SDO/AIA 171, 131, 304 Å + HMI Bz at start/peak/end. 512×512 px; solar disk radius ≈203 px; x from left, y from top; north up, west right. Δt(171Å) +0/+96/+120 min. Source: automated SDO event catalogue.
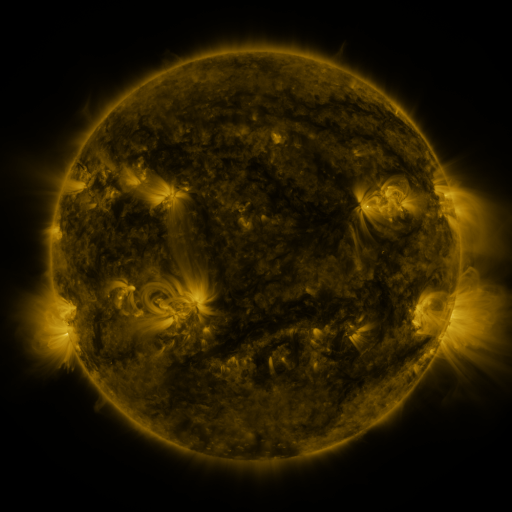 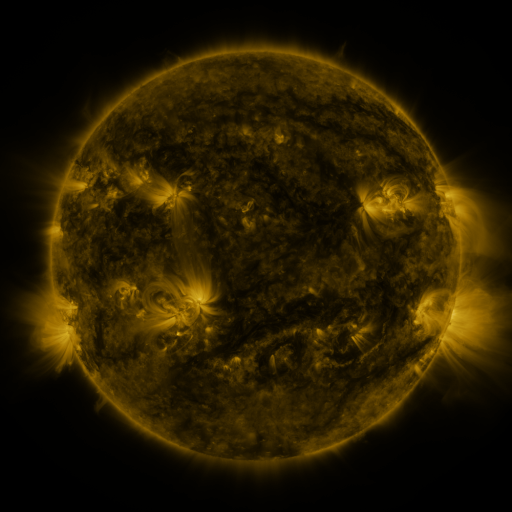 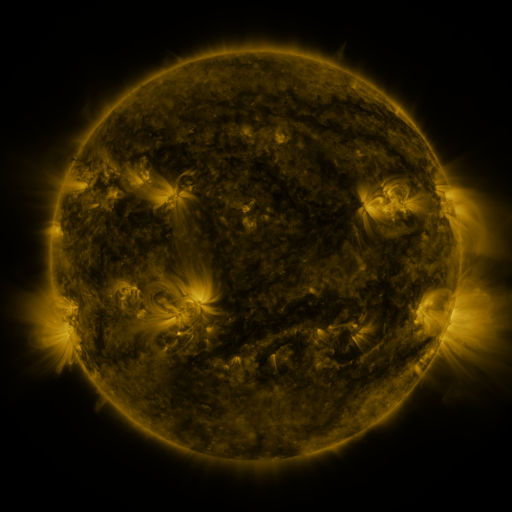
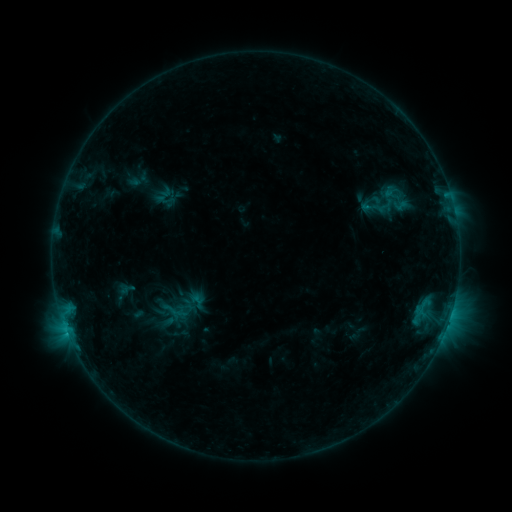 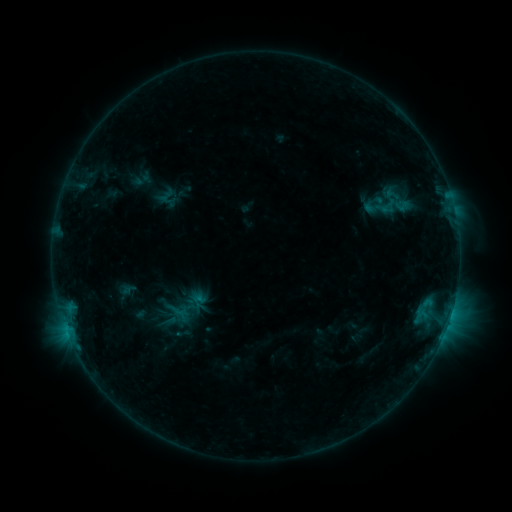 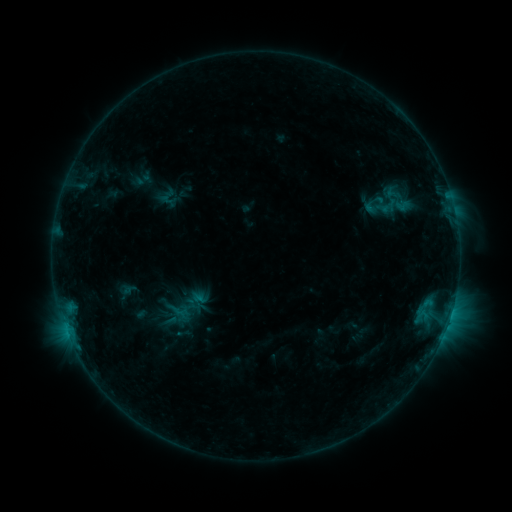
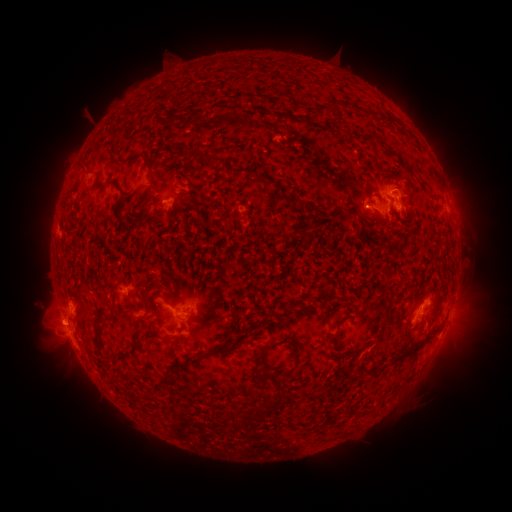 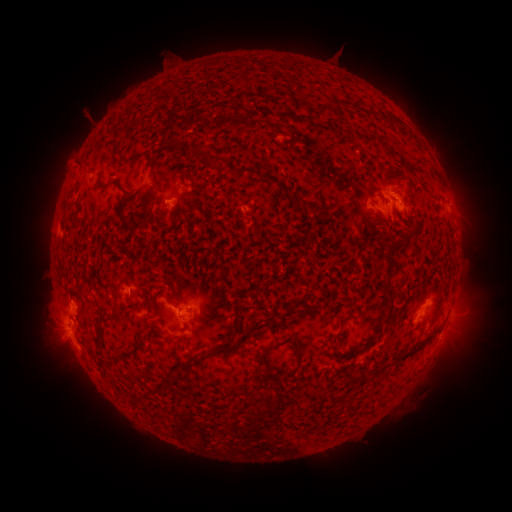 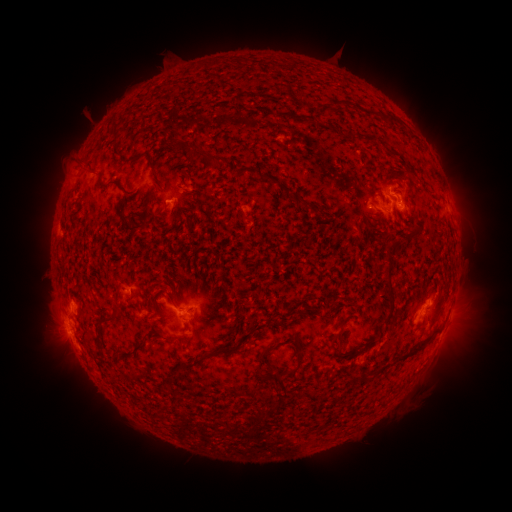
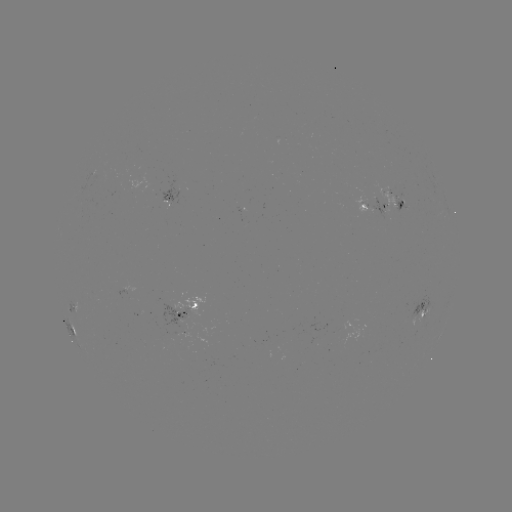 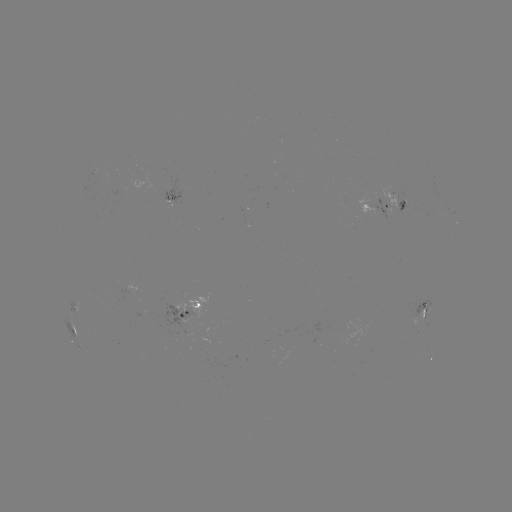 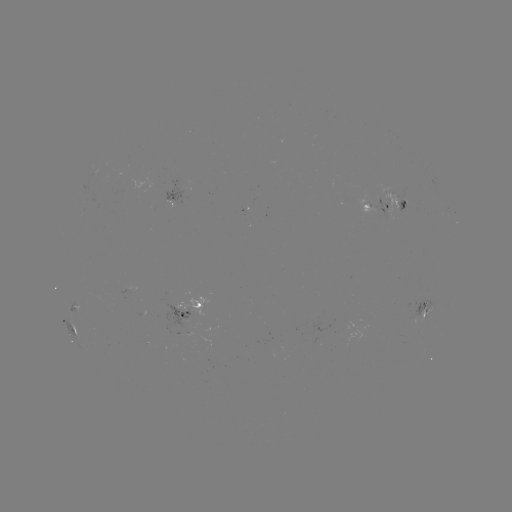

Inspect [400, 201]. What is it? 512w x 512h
emerging-flux region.